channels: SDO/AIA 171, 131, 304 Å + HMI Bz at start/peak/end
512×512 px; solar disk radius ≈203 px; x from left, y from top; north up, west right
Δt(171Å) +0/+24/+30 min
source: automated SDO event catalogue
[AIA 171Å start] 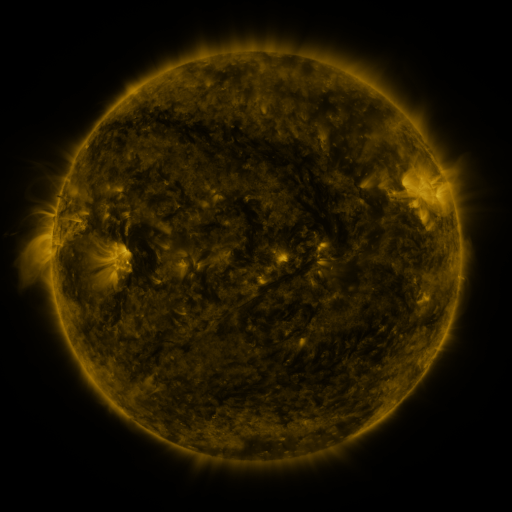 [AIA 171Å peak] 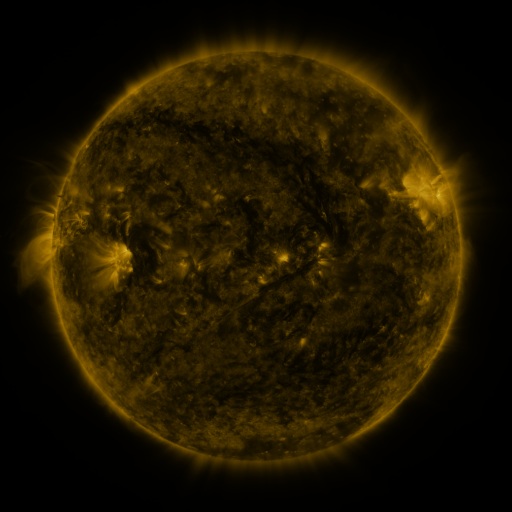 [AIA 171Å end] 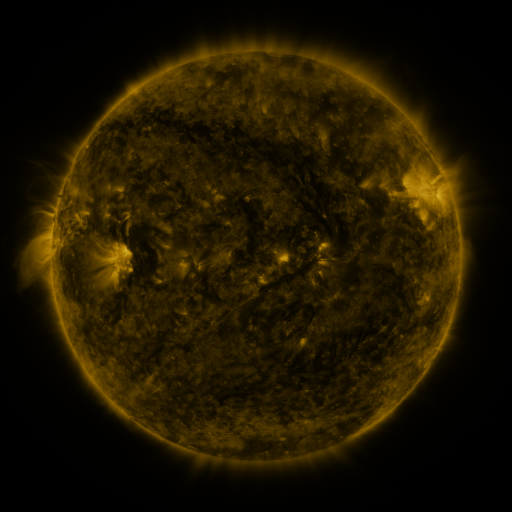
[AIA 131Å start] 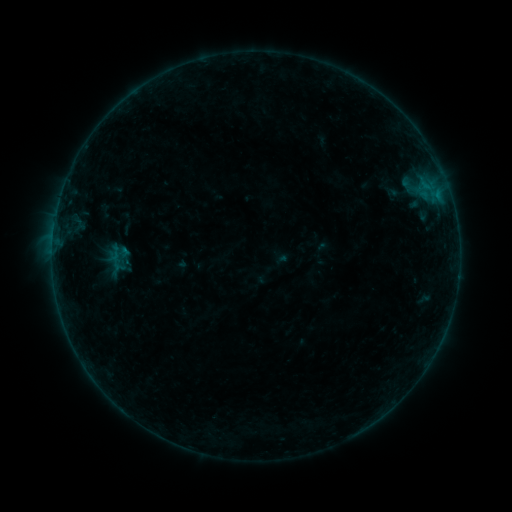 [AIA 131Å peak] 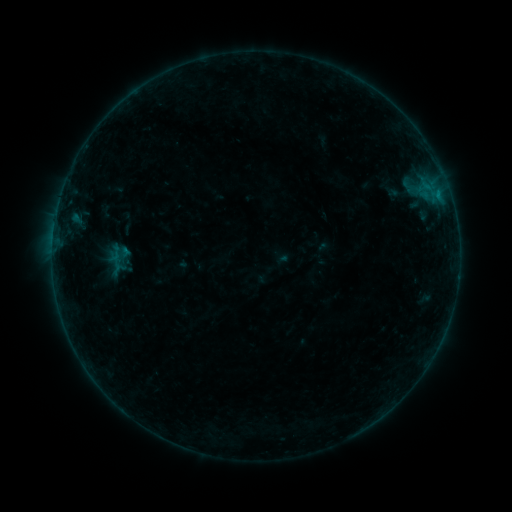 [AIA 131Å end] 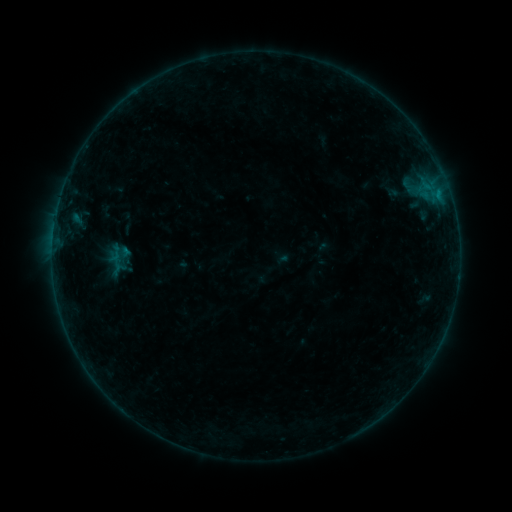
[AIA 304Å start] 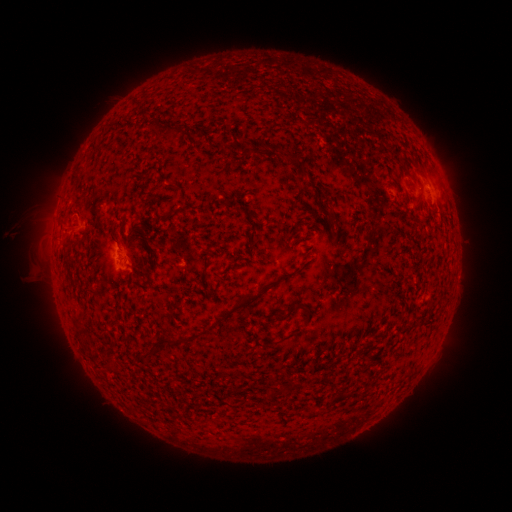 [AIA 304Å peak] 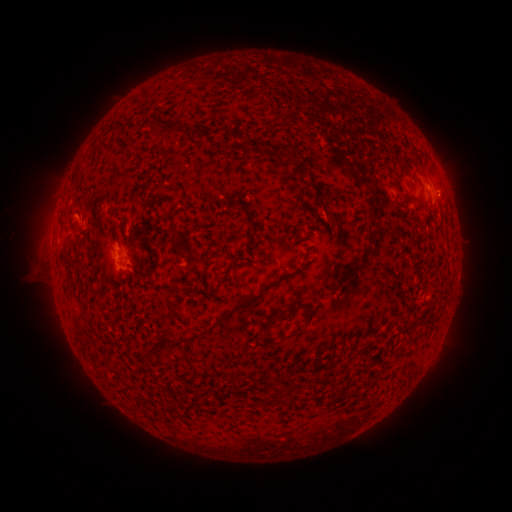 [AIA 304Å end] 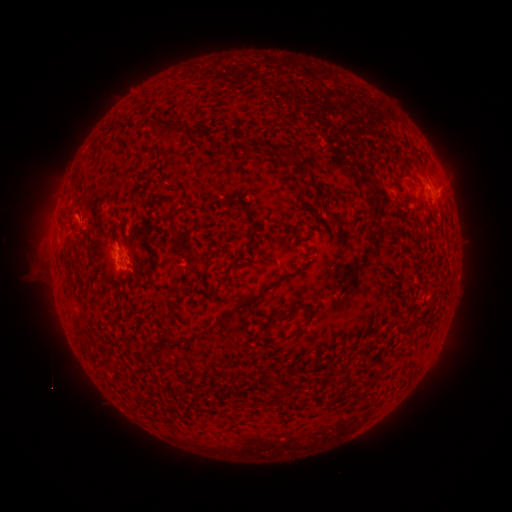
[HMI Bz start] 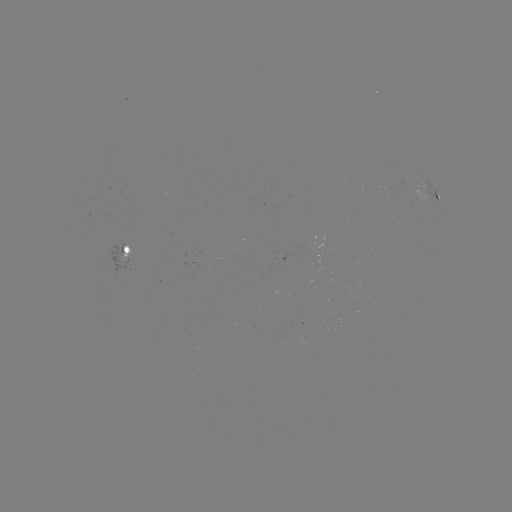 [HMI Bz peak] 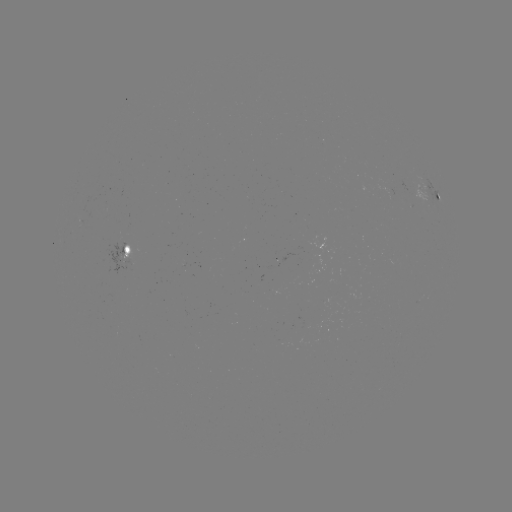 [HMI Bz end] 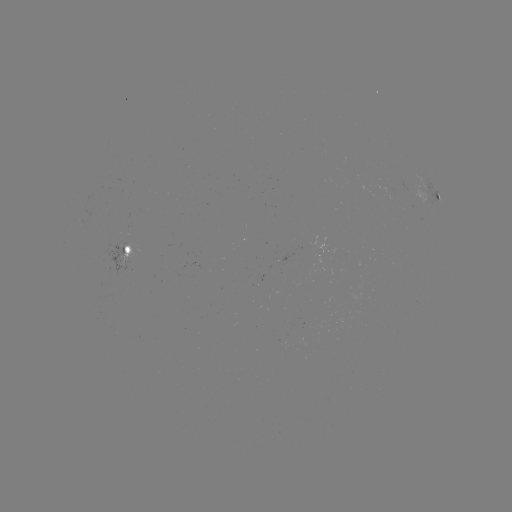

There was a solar flare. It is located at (75, 220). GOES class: B2.1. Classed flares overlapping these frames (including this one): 1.